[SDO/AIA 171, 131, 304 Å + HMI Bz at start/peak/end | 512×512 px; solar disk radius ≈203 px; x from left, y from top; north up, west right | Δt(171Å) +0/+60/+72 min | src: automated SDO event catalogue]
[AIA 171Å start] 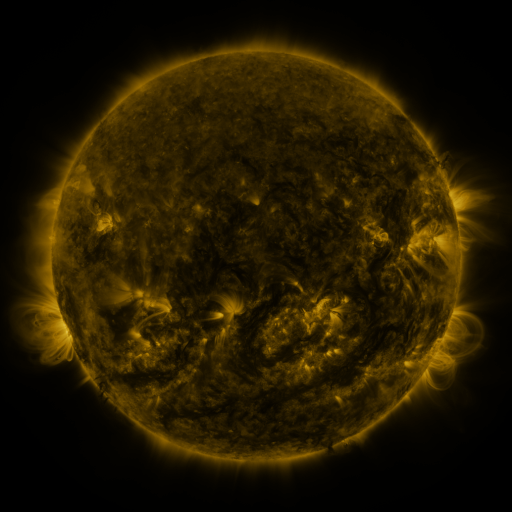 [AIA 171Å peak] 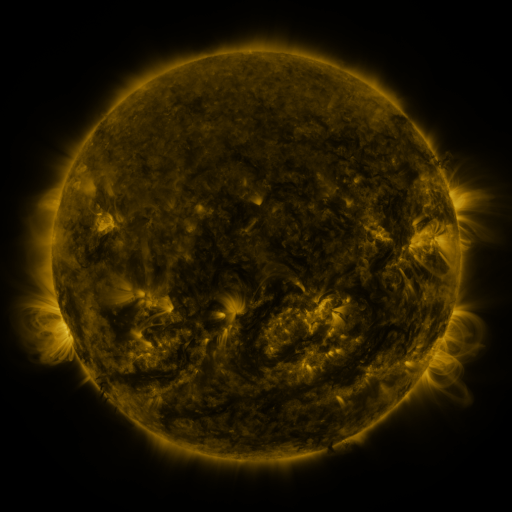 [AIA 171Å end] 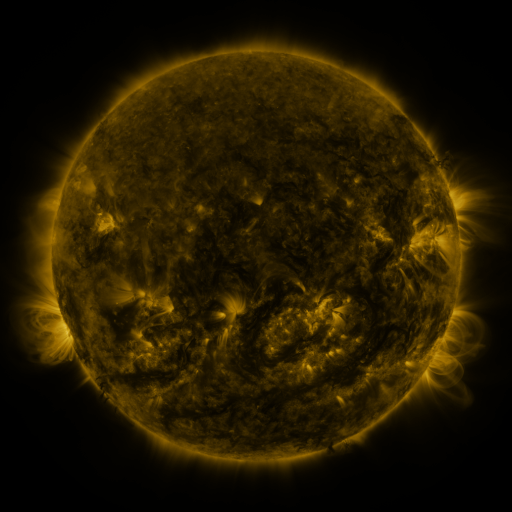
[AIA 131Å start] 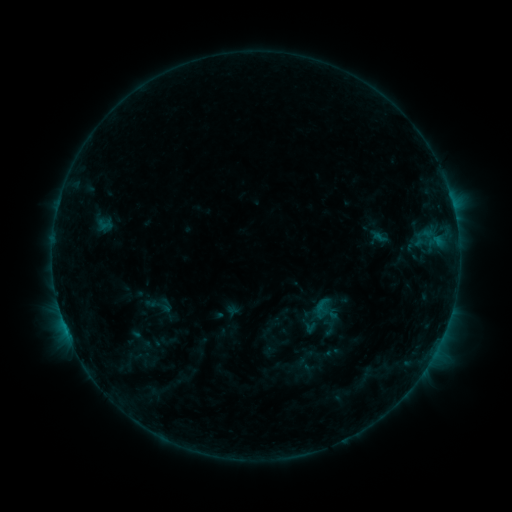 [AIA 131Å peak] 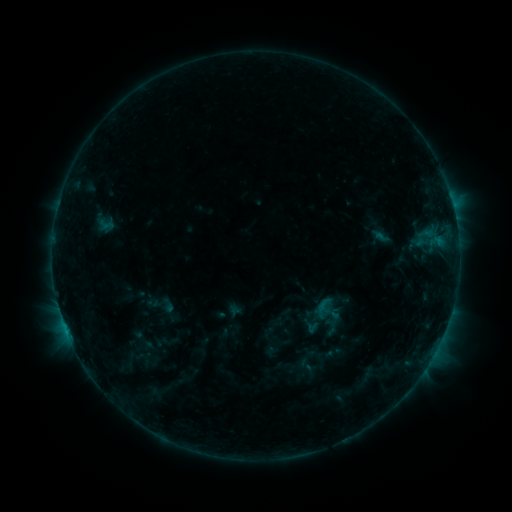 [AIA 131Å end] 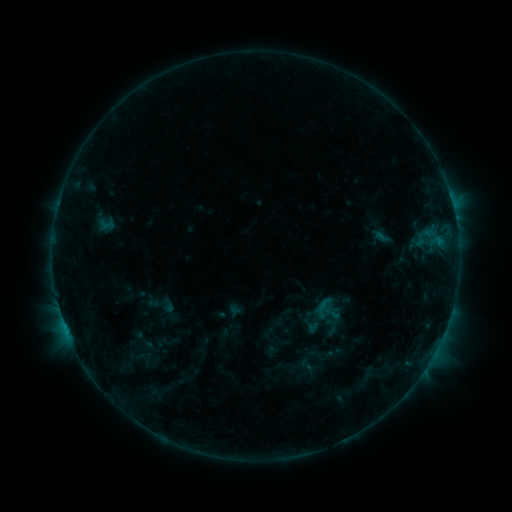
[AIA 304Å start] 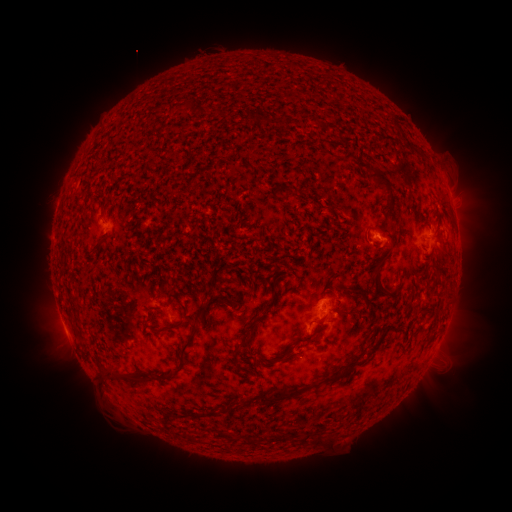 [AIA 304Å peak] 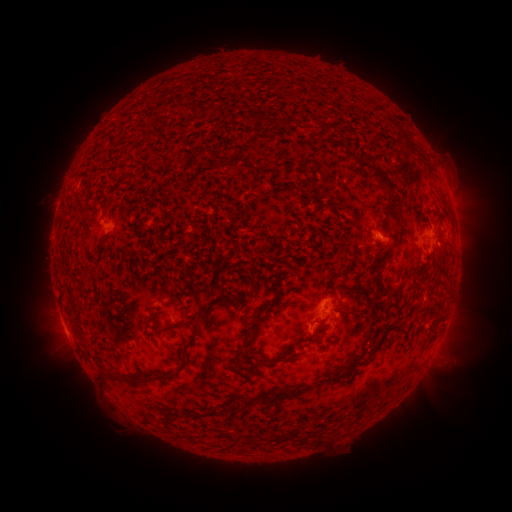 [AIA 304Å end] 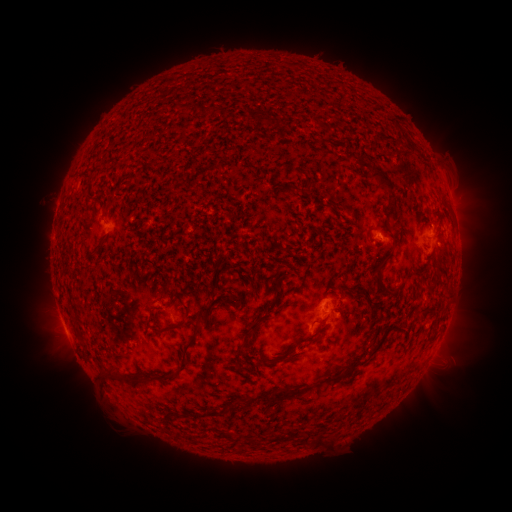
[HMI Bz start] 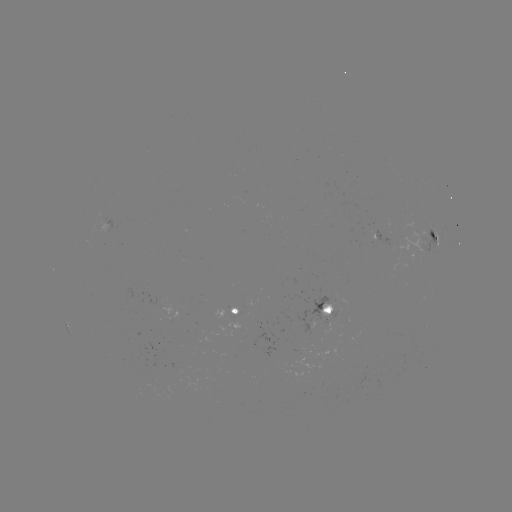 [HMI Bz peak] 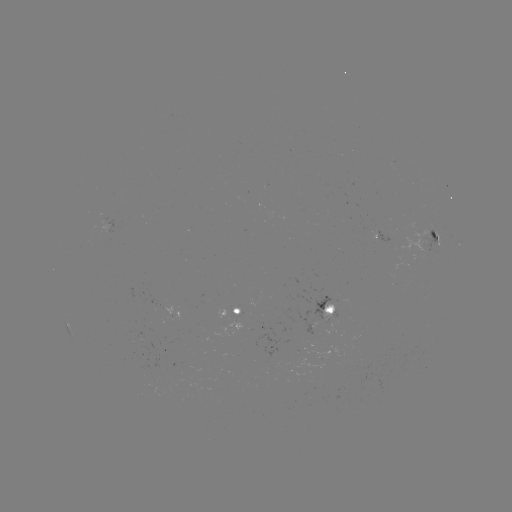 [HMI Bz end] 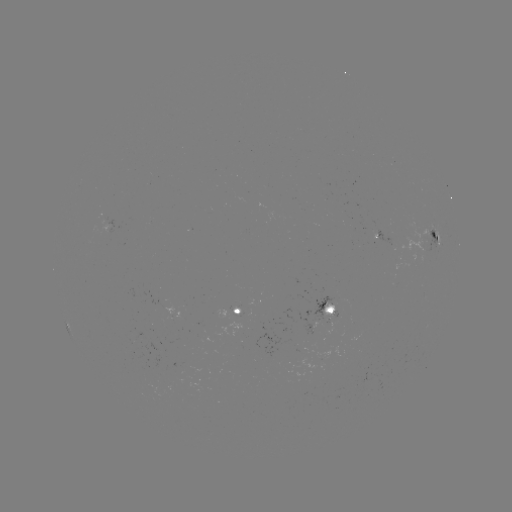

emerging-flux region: [399, 229, 431, 254]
